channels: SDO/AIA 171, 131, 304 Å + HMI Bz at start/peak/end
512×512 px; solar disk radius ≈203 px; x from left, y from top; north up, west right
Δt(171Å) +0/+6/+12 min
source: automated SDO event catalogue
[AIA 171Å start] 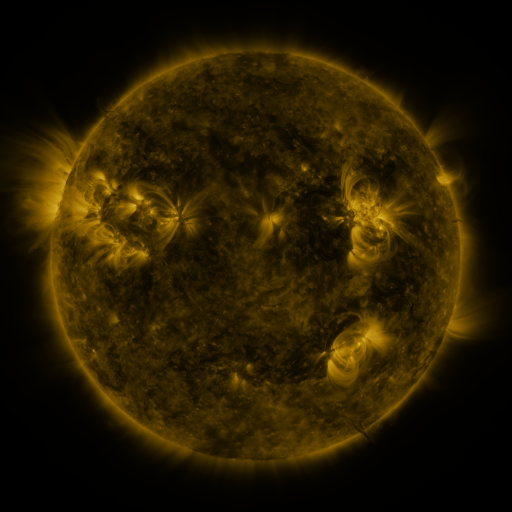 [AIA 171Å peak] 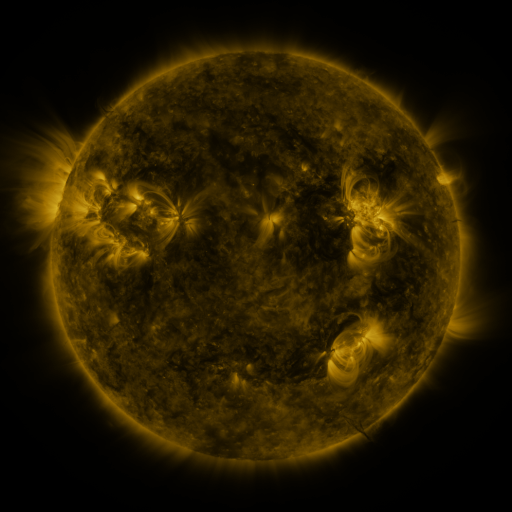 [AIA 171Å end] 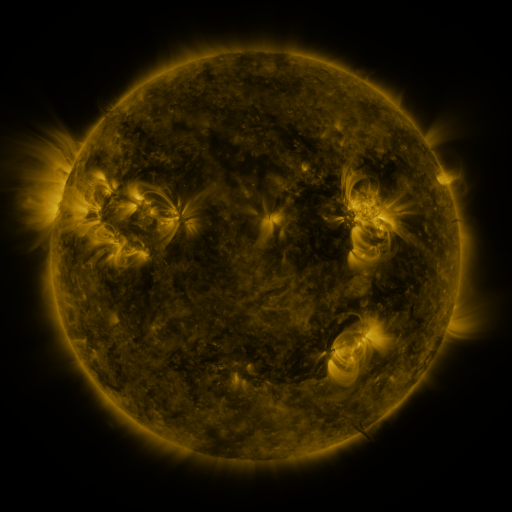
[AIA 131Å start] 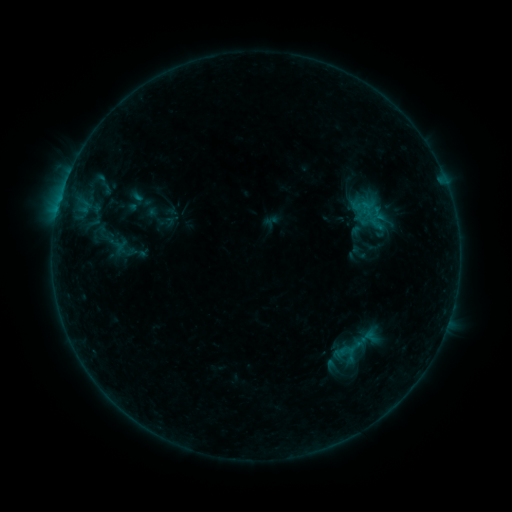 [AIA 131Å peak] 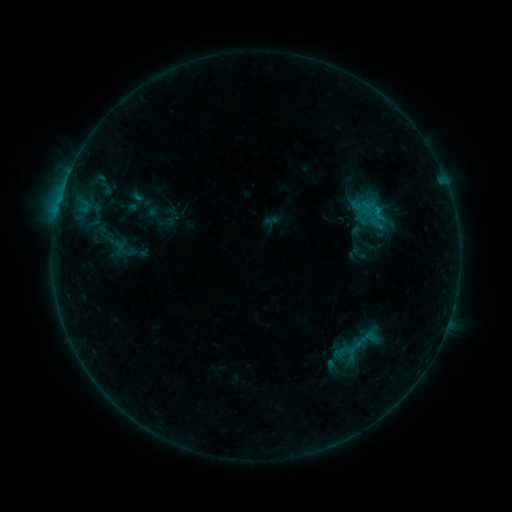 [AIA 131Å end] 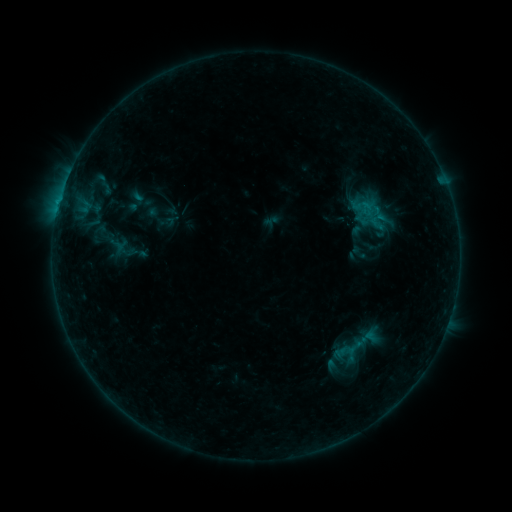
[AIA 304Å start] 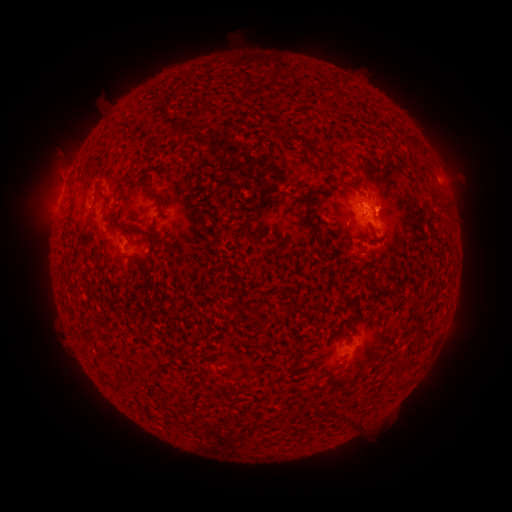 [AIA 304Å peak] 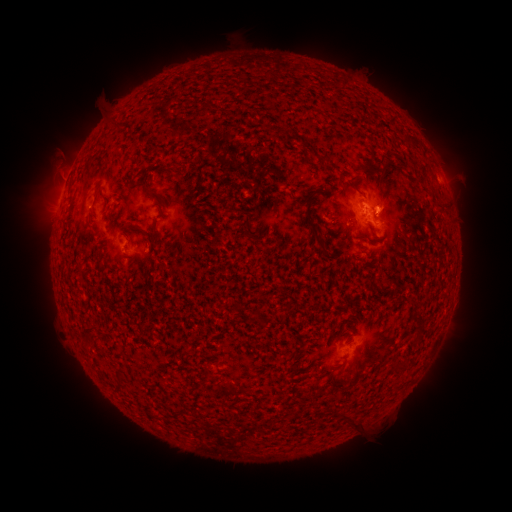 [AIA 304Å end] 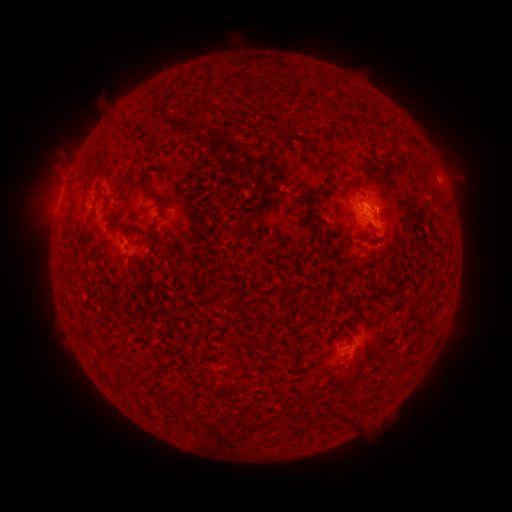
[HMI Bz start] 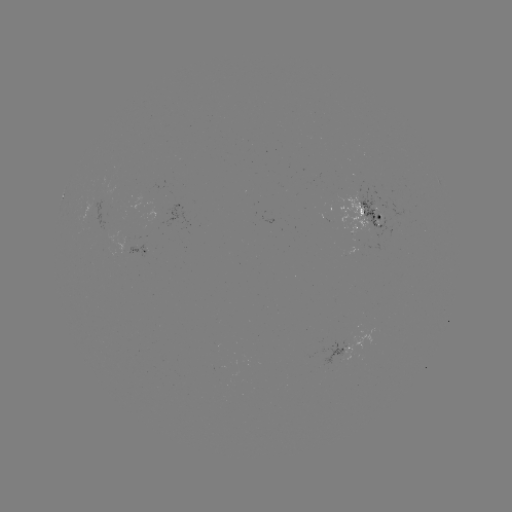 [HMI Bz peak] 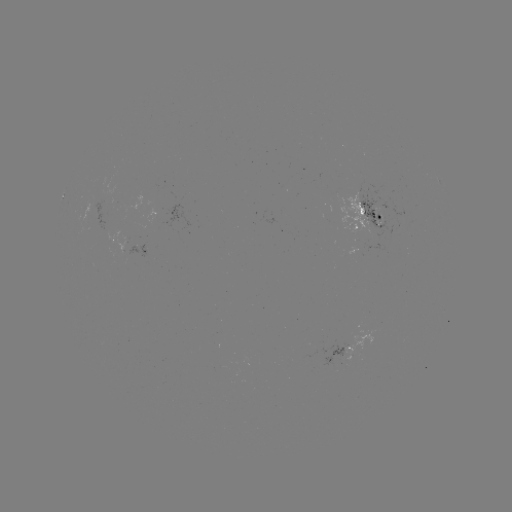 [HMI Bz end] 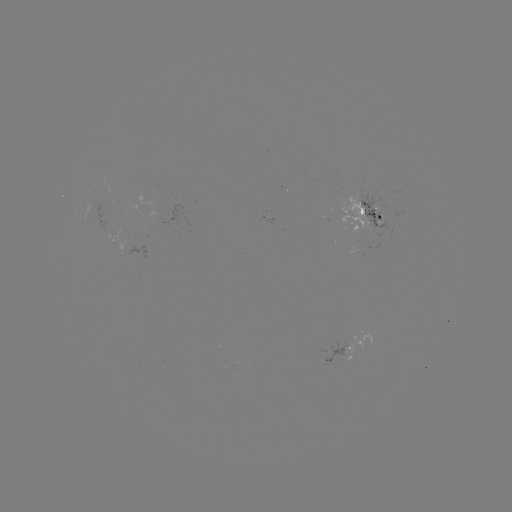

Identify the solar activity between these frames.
B4.0 flare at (376, 215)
